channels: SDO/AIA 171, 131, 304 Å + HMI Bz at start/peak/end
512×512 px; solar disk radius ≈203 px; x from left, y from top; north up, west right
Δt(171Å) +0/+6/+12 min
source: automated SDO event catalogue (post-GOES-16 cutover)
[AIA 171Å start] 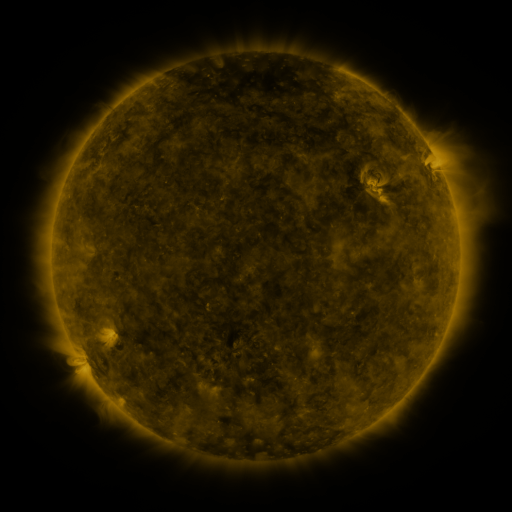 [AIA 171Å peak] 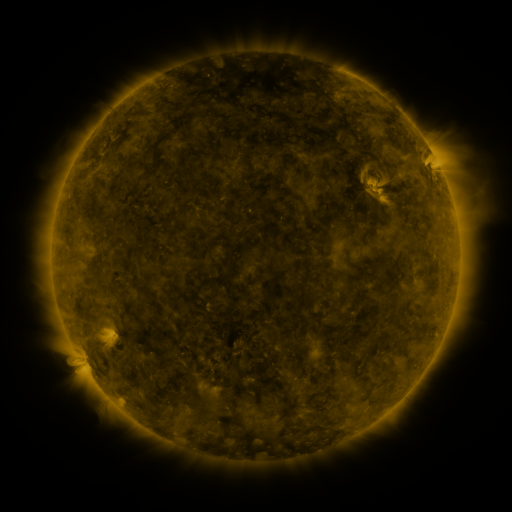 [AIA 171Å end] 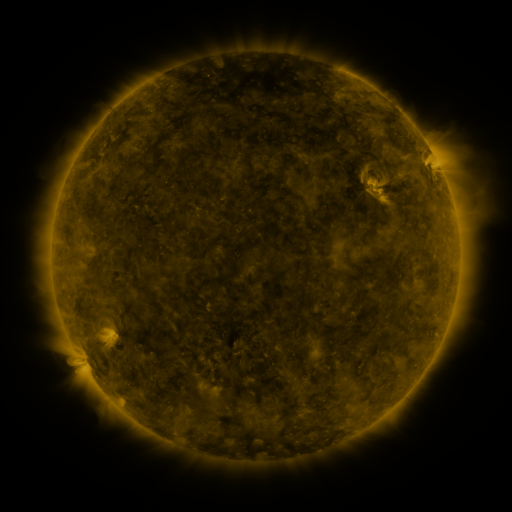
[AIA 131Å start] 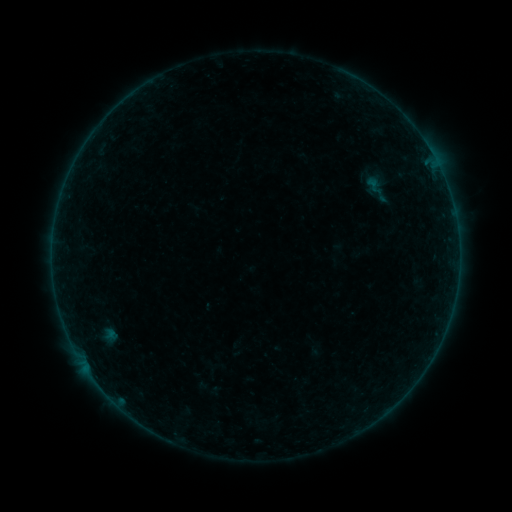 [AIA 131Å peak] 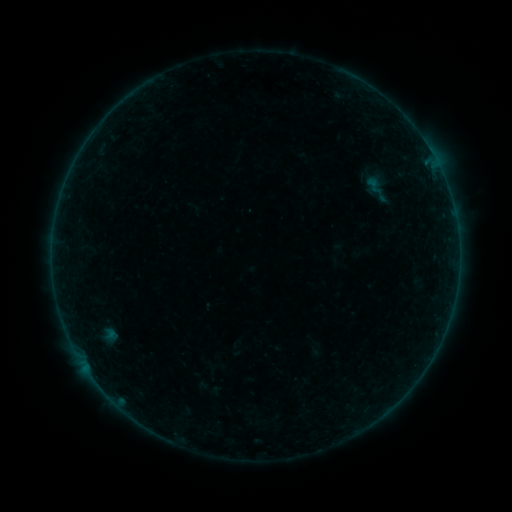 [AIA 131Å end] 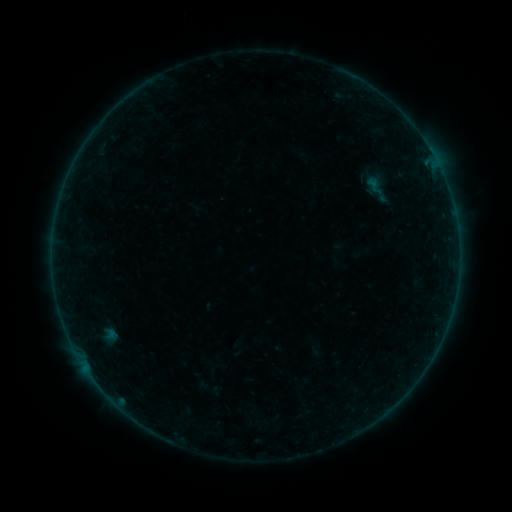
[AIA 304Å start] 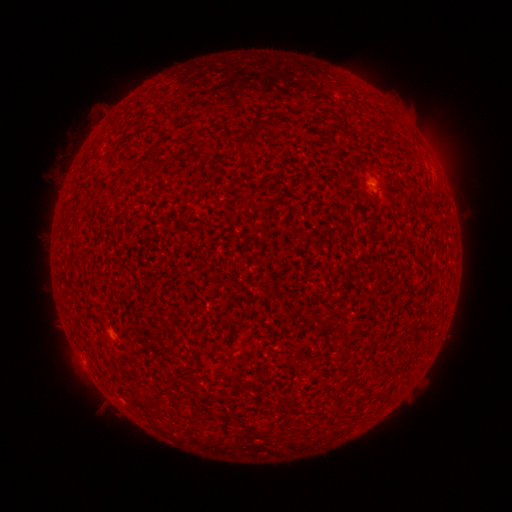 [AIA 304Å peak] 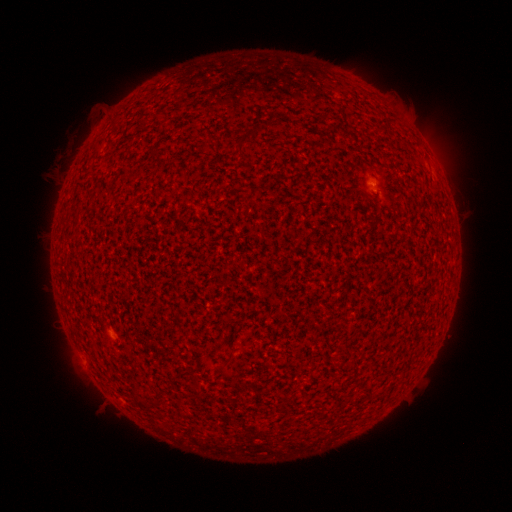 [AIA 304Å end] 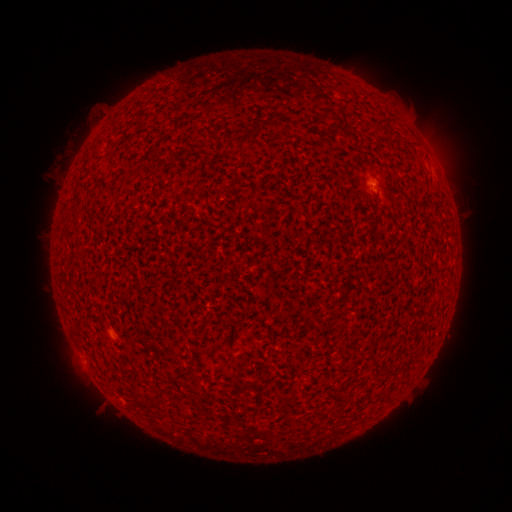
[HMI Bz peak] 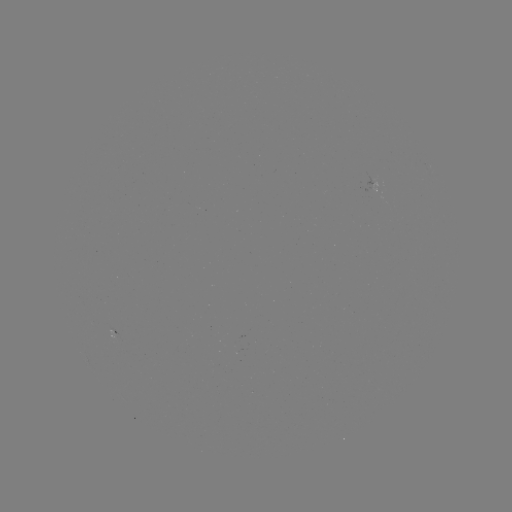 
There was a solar flare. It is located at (372, 186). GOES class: A3.4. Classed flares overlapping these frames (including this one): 1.